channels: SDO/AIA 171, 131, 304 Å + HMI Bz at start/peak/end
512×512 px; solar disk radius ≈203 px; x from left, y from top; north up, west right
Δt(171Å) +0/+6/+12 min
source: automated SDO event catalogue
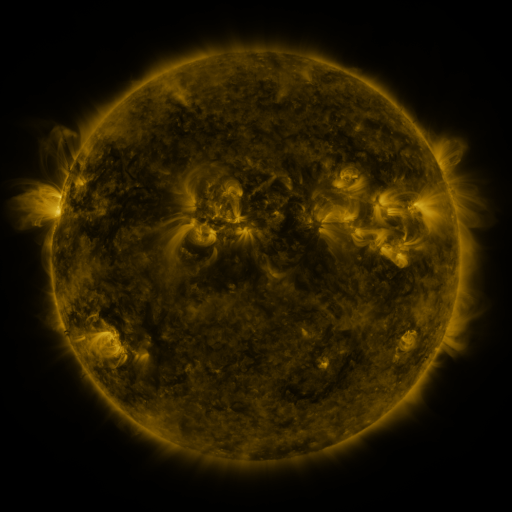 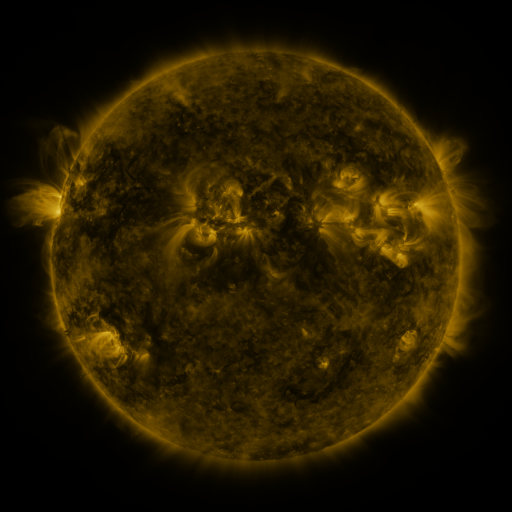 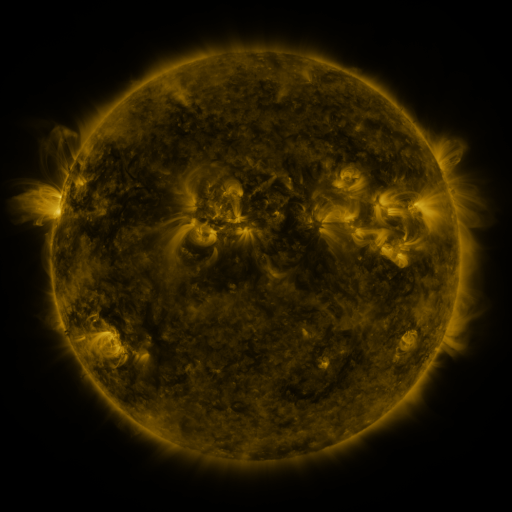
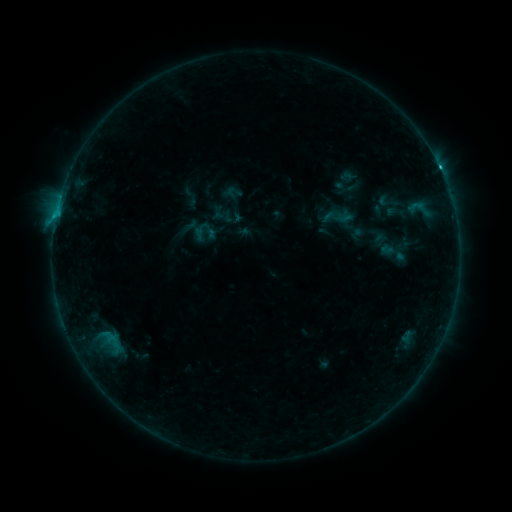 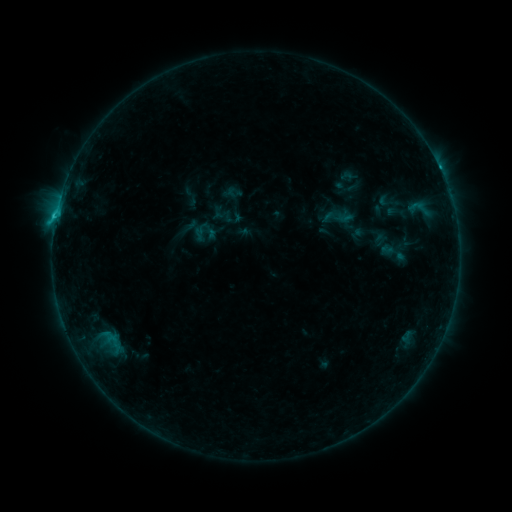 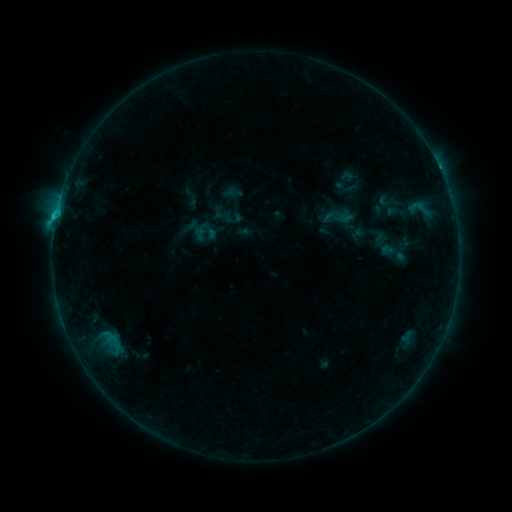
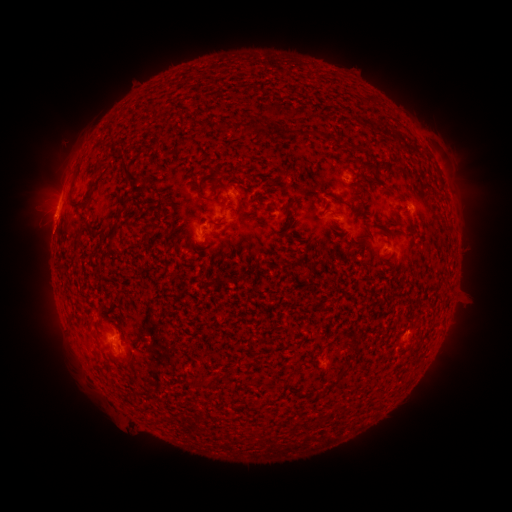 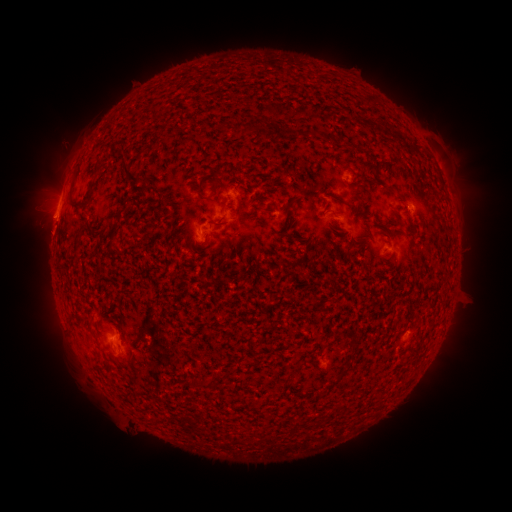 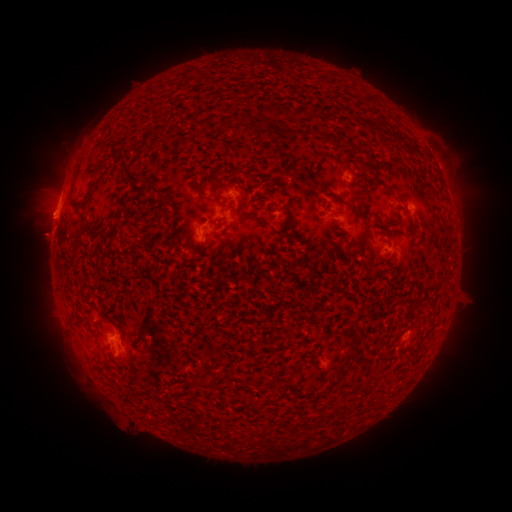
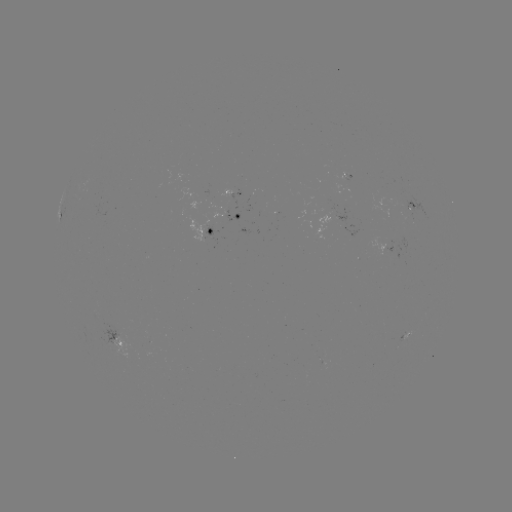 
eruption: [17, 212, 71, 259]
